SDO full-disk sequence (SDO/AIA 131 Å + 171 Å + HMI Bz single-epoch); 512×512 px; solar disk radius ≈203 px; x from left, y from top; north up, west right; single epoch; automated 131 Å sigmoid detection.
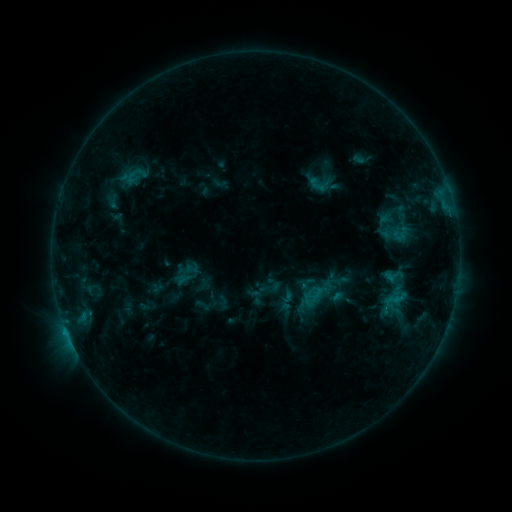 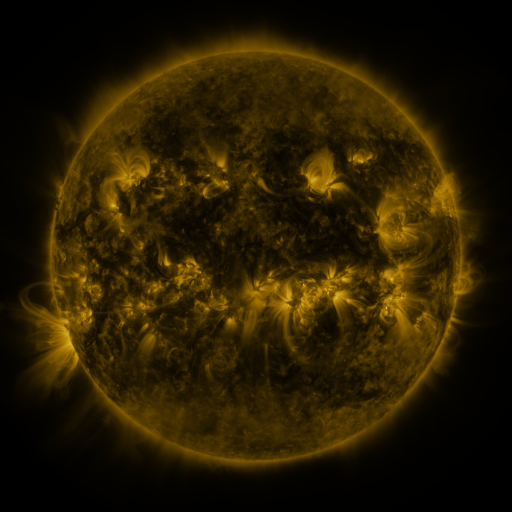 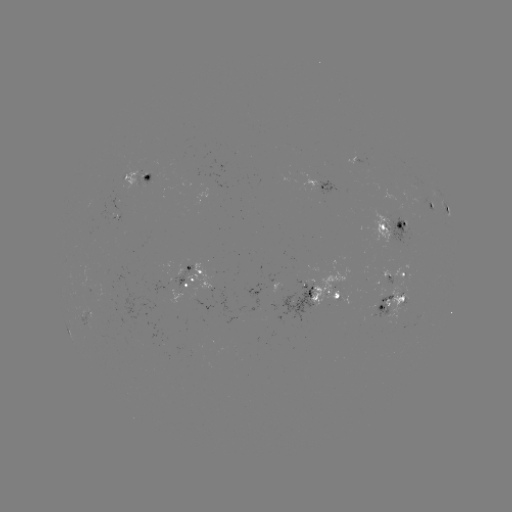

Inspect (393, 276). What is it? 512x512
sigmoid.